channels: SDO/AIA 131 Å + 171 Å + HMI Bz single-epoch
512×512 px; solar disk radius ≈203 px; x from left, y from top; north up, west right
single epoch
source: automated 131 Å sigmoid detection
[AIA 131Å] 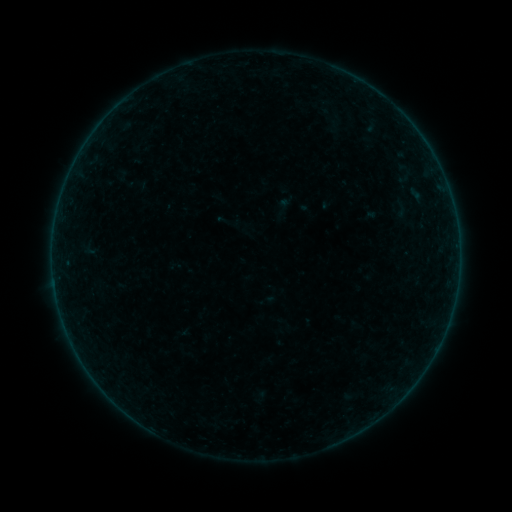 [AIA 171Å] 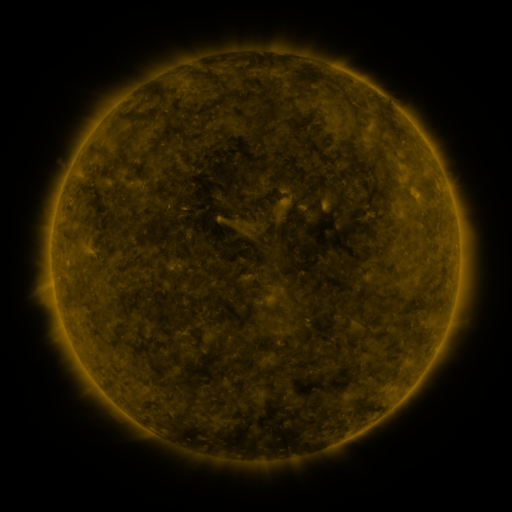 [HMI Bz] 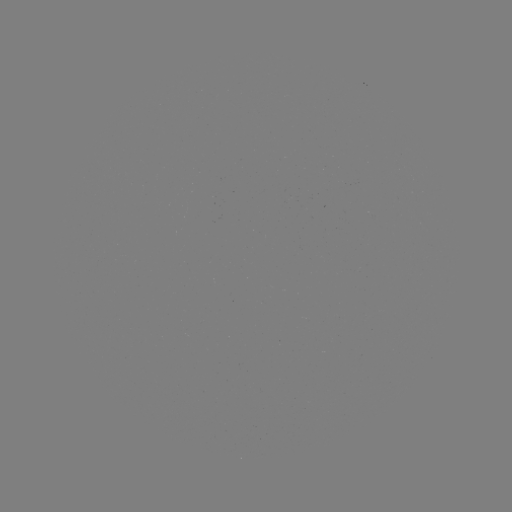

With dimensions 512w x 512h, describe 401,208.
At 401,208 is sigmoid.